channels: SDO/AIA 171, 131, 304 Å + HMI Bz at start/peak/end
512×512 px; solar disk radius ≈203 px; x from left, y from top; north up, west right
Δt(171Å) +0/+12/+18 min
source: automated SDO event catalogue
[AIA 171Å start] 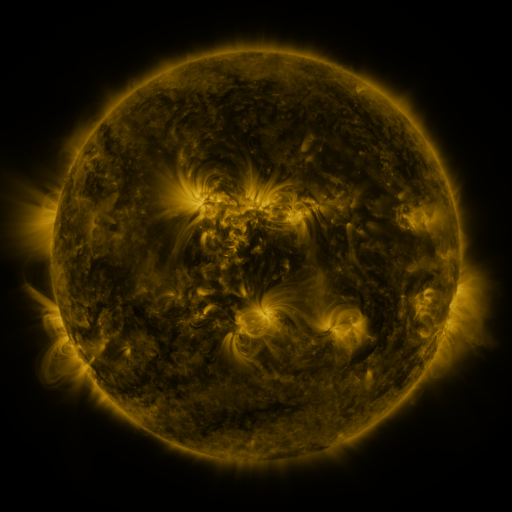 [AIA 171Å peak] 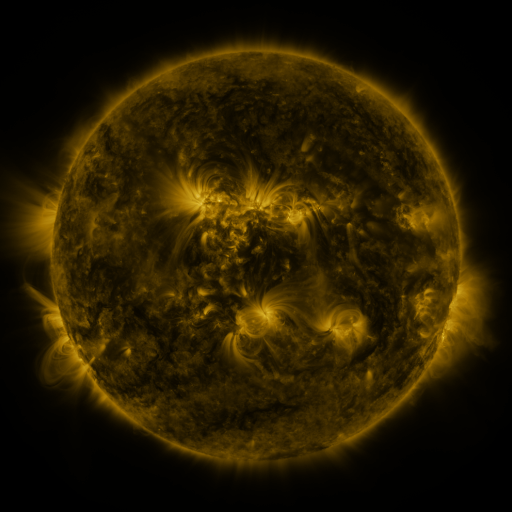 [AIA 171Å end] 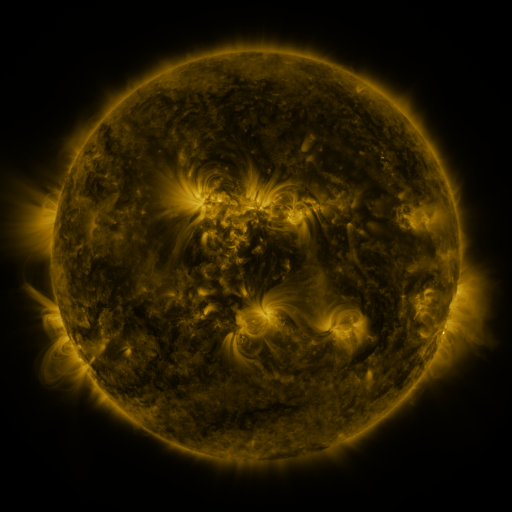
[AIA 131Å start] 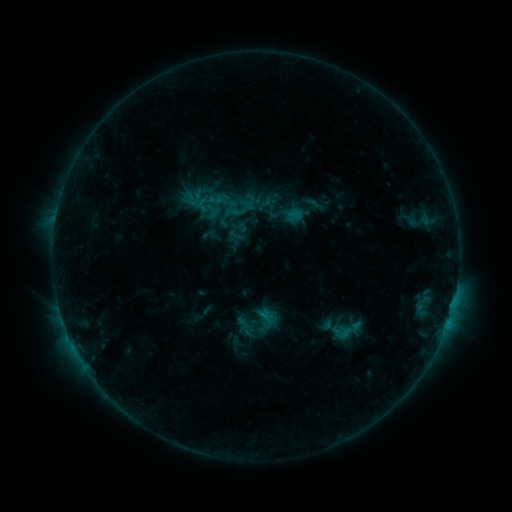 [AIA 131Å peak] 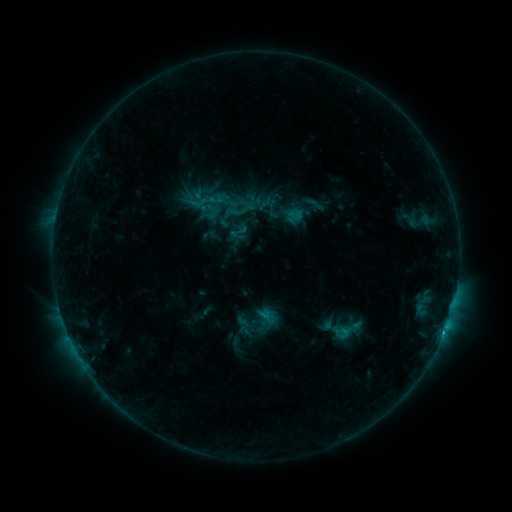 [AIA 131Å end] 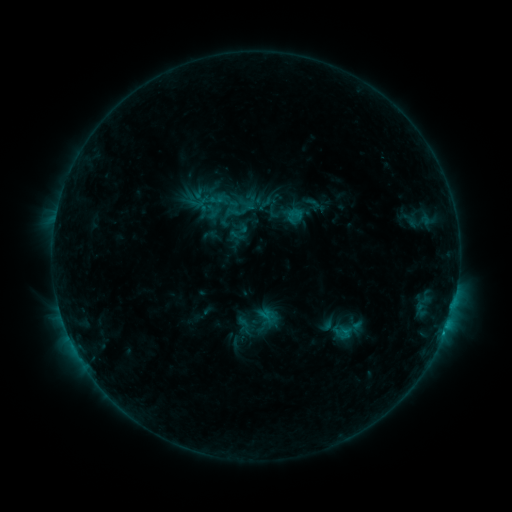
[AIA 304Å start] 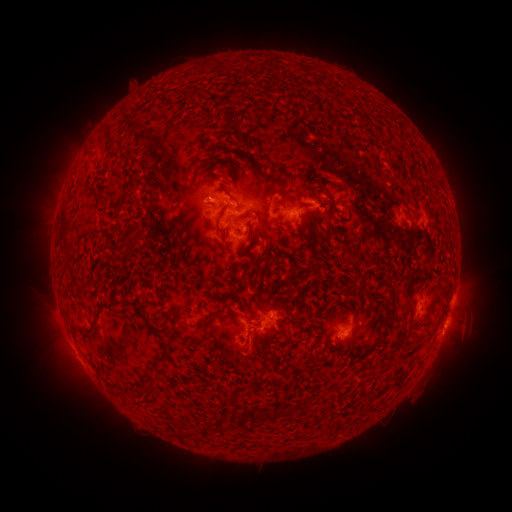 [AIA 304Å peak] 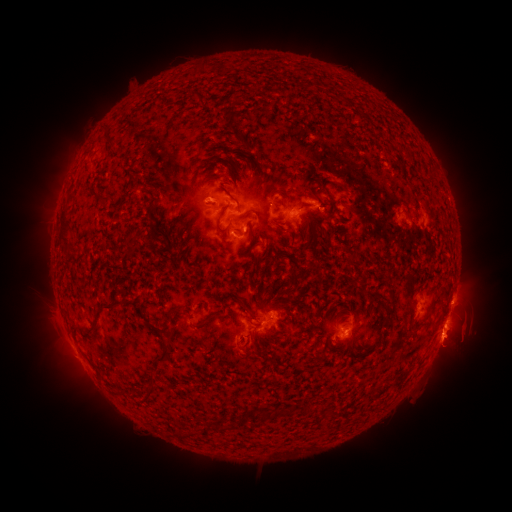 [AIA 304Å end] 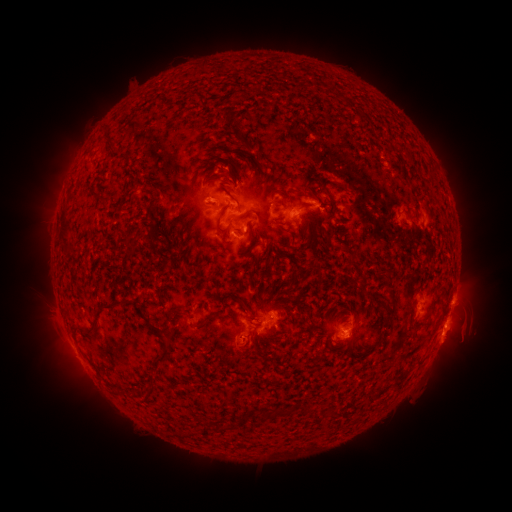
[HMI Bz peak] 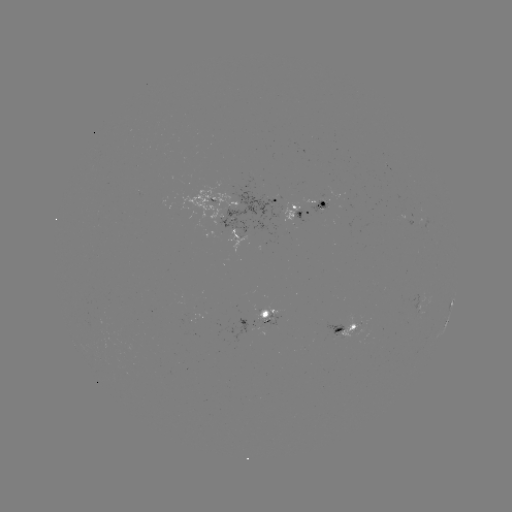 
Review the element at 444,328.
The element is C1.0 flare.